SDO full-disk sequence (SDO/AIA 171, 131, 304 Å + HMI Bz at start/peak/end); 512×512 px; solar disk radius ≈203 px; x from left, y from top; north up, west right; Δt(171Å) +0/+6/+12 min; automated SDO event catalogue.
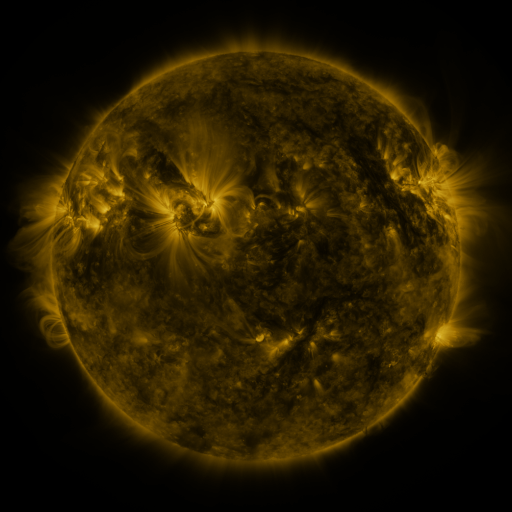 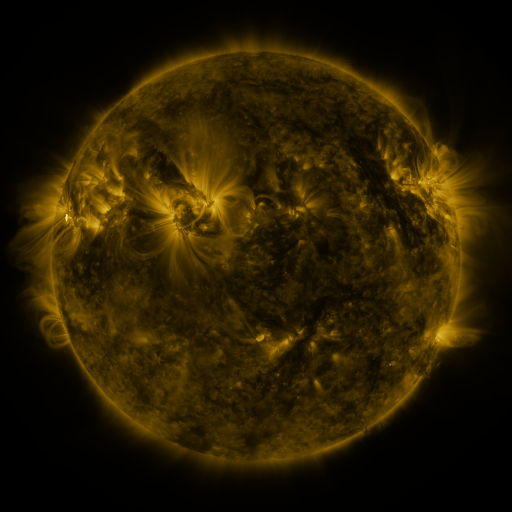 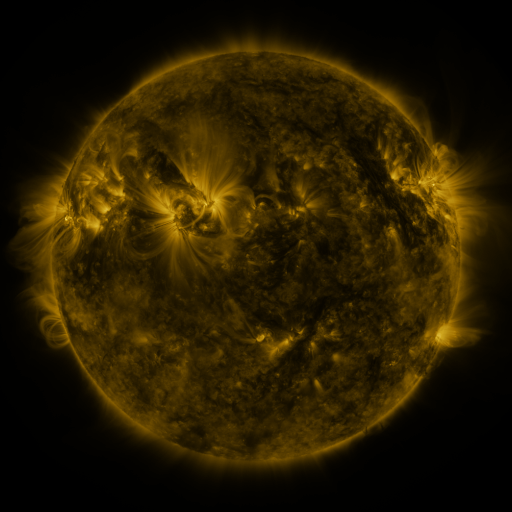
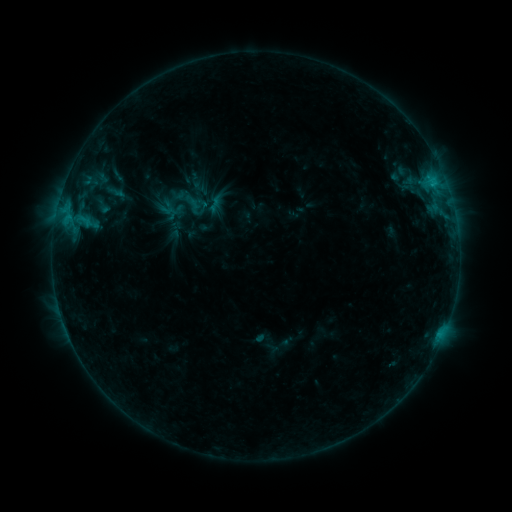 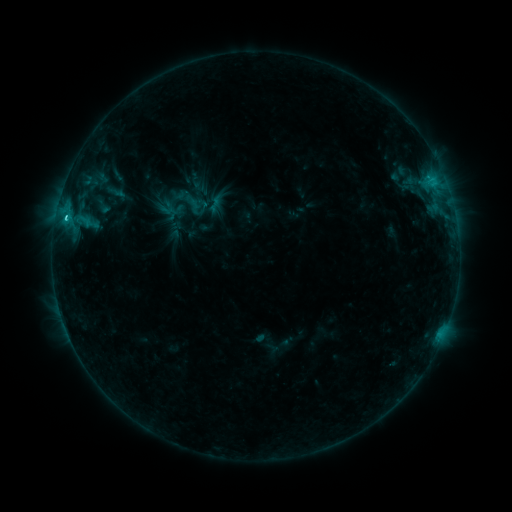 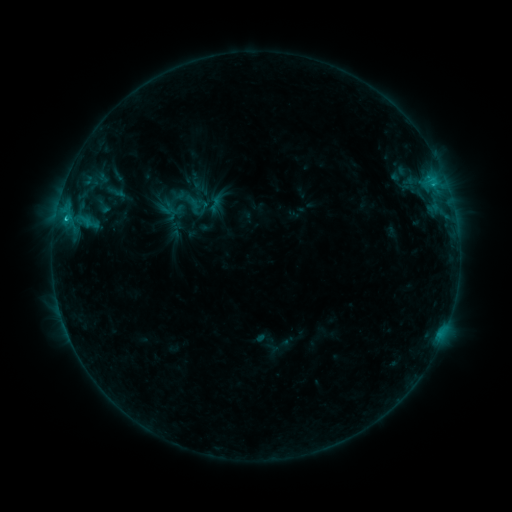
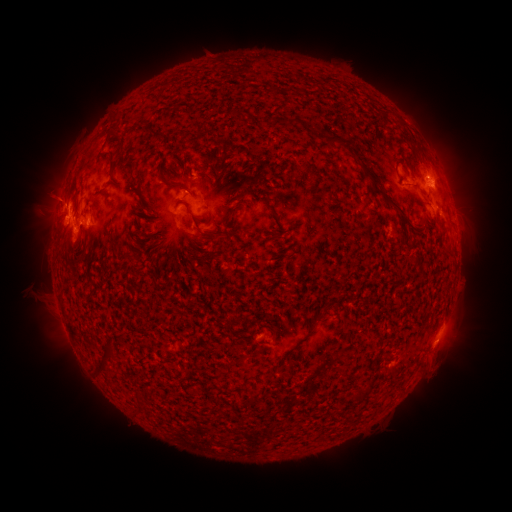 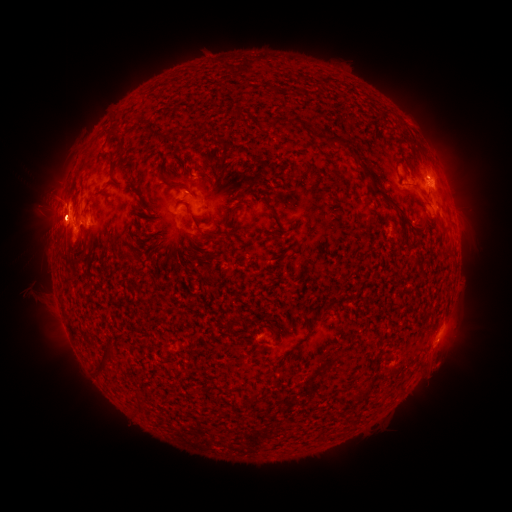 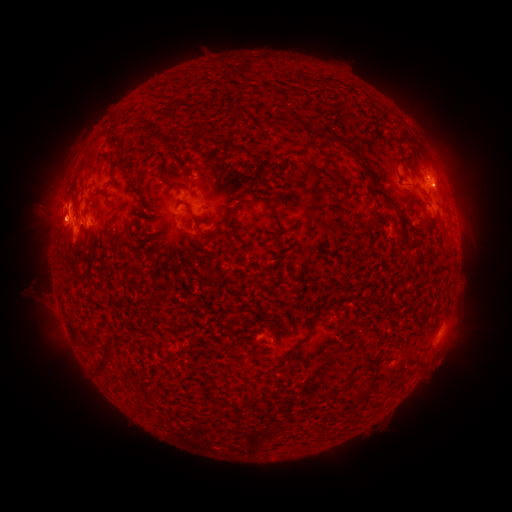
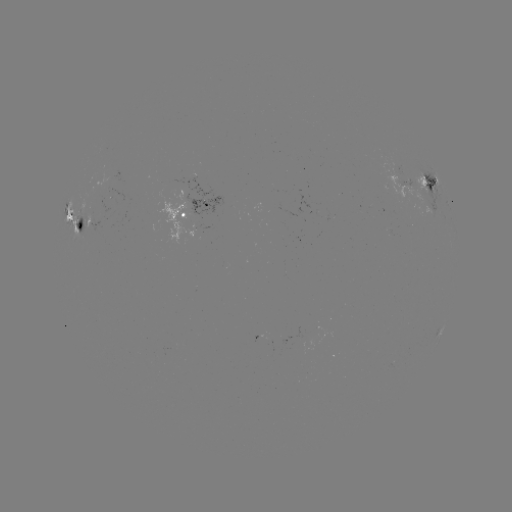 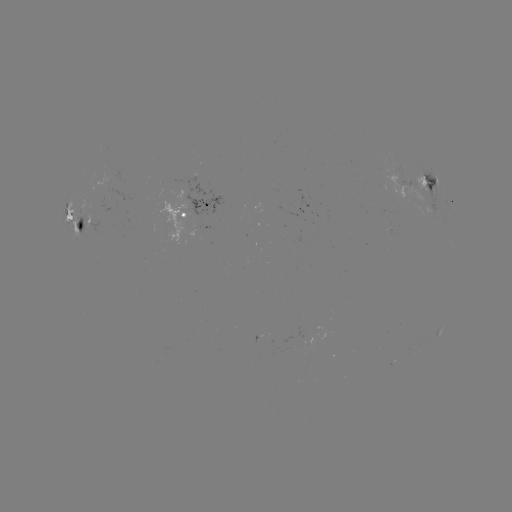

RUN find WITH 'C2.1 flare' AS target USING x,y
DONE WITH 66,221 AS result